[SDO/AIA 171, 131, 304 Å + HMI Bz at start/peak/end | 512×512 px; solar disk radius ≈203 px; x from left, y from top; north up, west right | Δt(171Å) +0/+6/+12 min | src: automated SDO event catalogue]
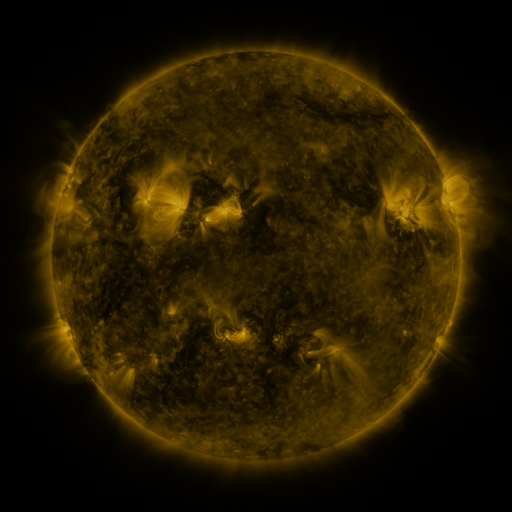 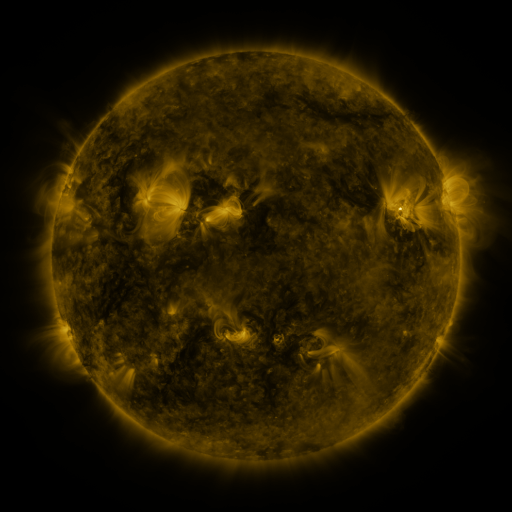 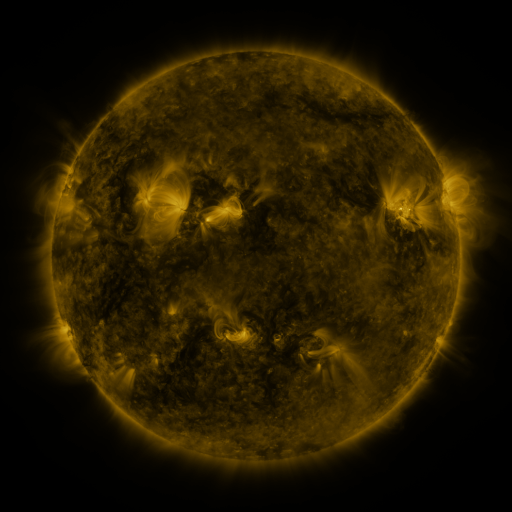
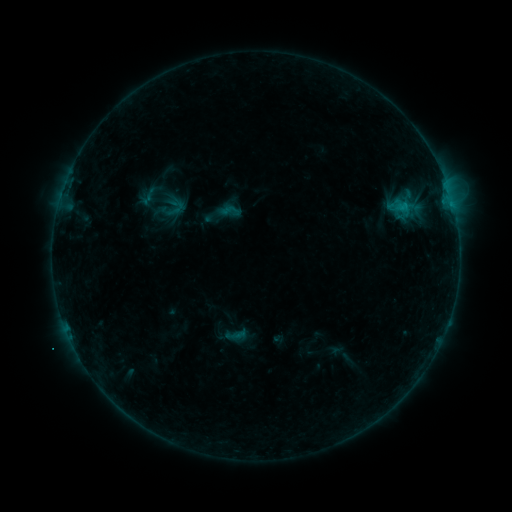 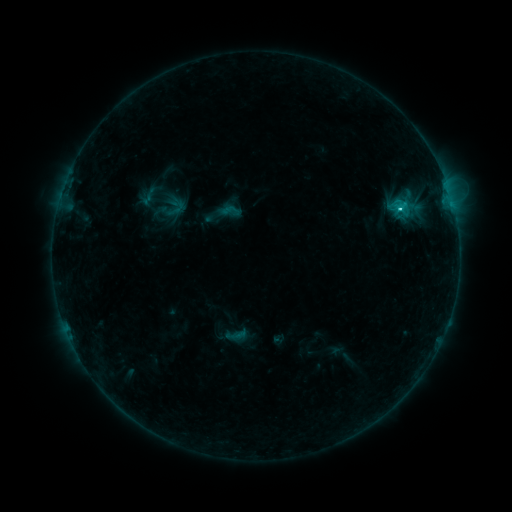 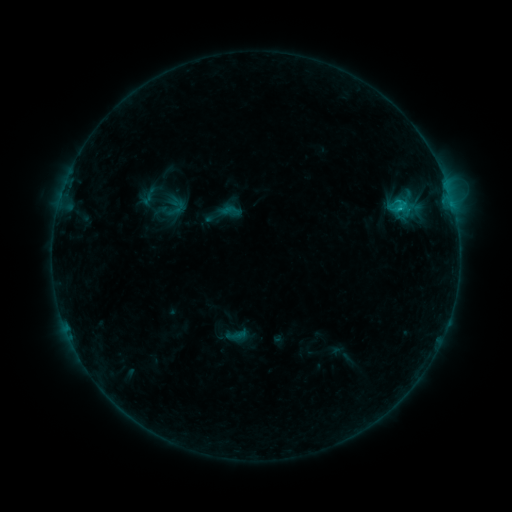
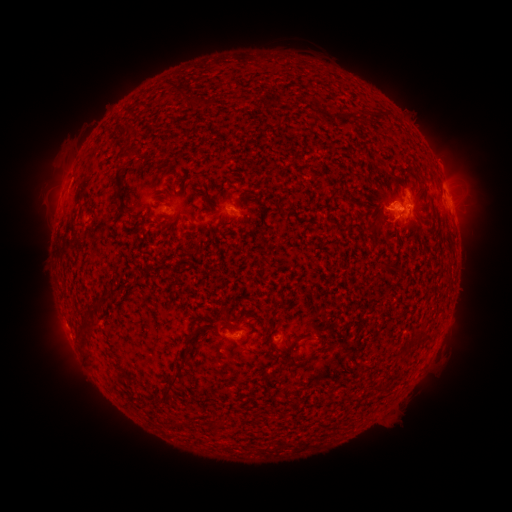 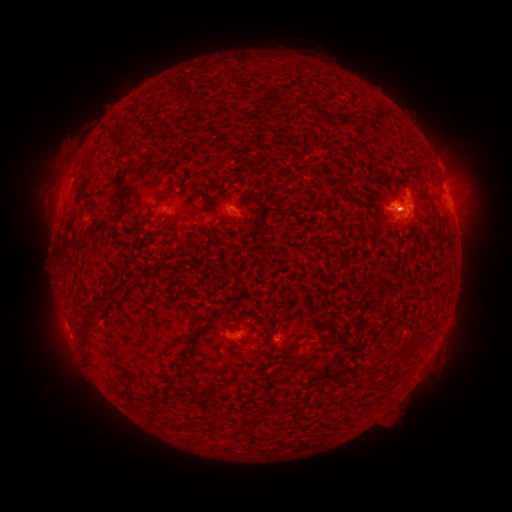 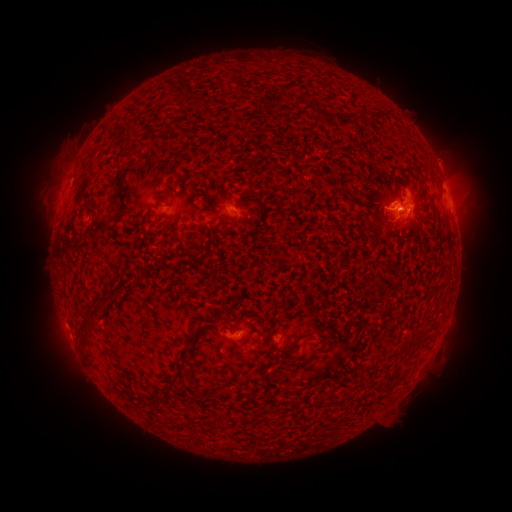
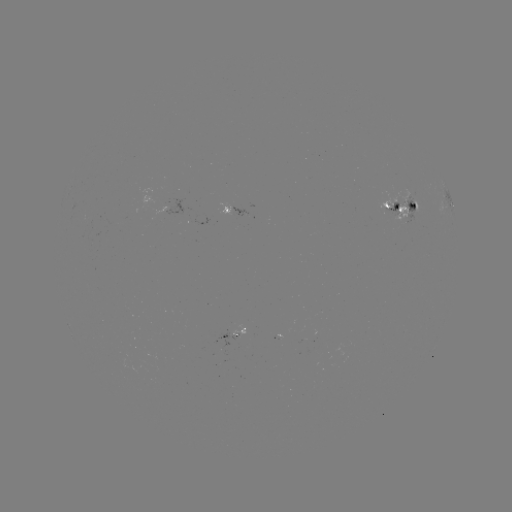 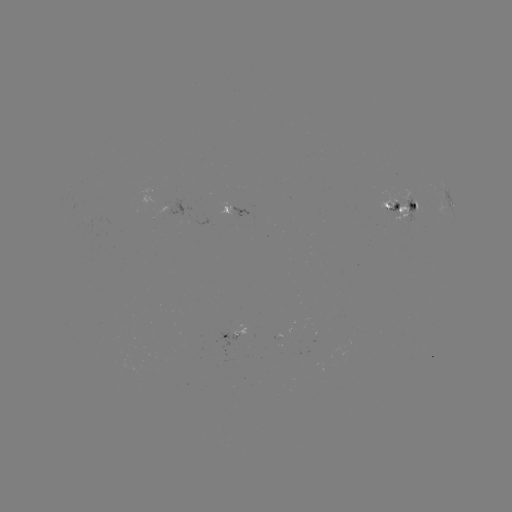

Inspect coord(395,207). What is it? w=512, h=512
C1.3 flare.